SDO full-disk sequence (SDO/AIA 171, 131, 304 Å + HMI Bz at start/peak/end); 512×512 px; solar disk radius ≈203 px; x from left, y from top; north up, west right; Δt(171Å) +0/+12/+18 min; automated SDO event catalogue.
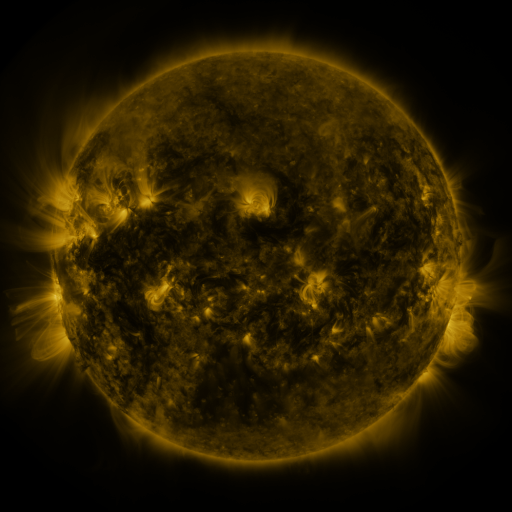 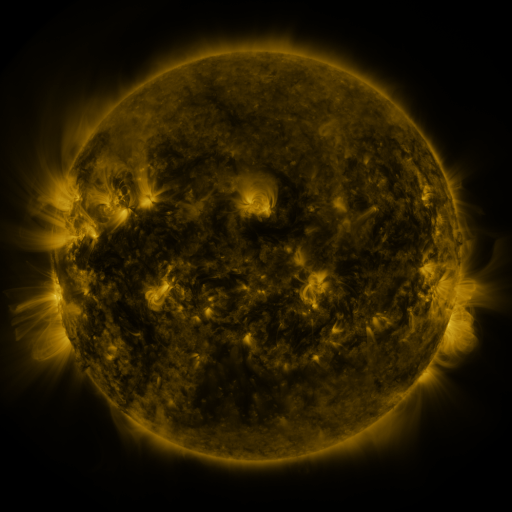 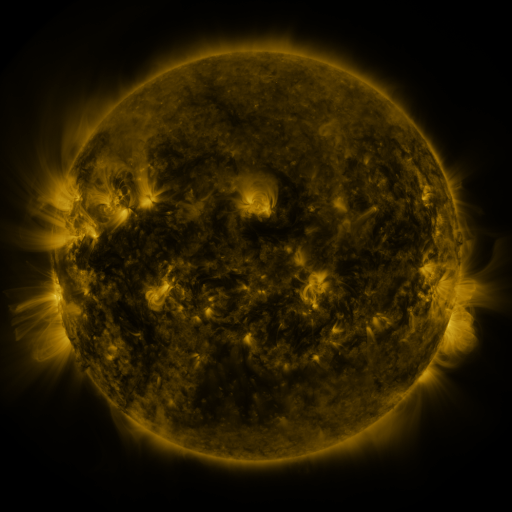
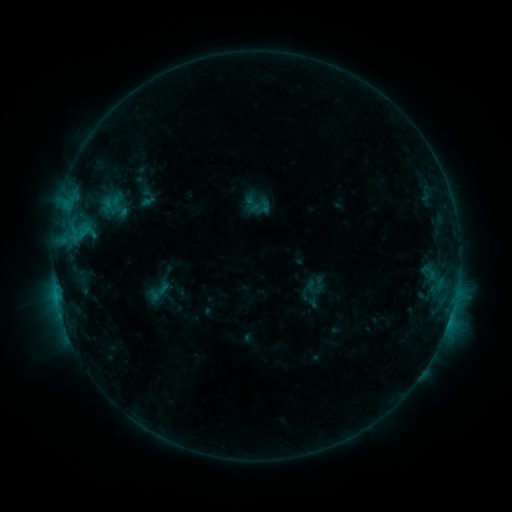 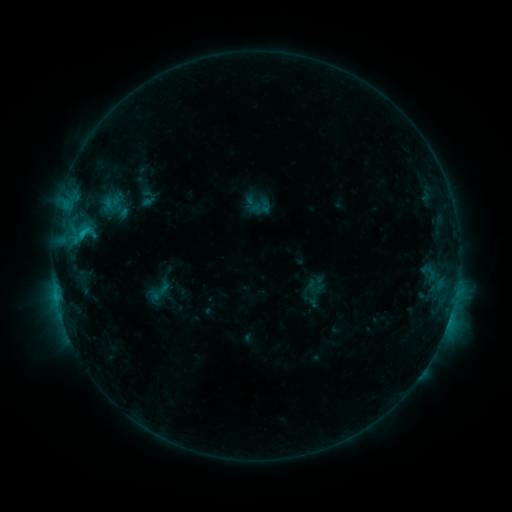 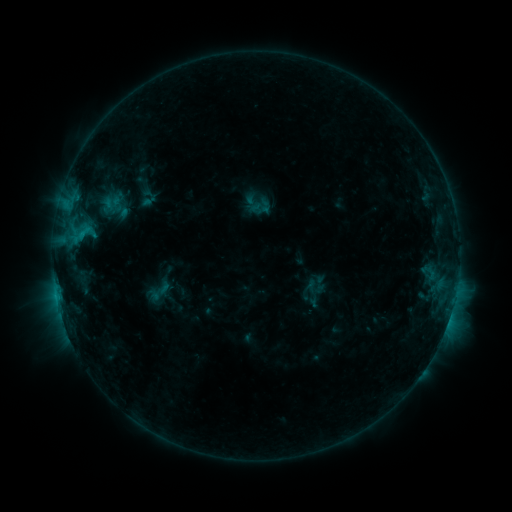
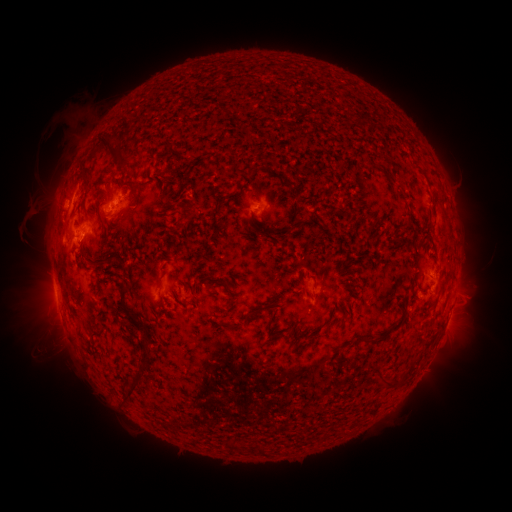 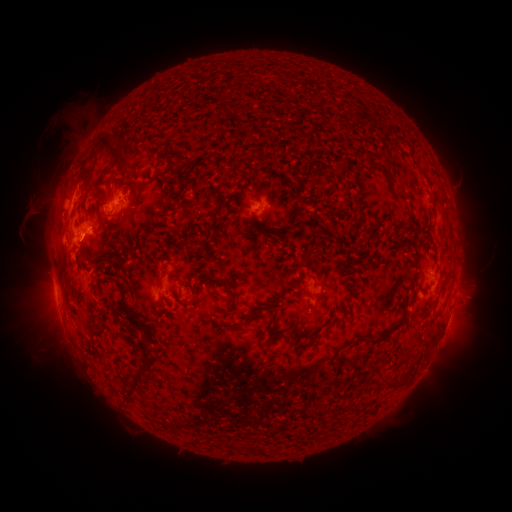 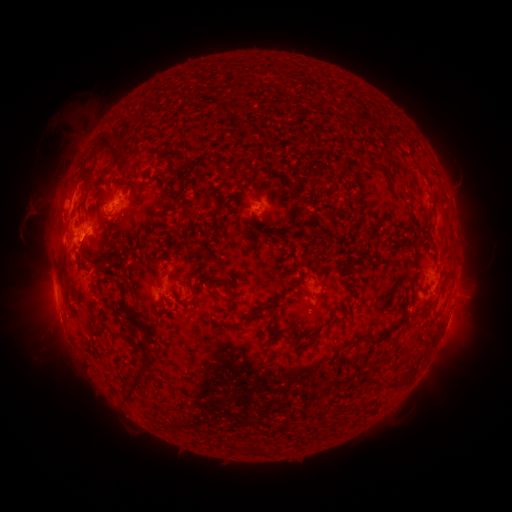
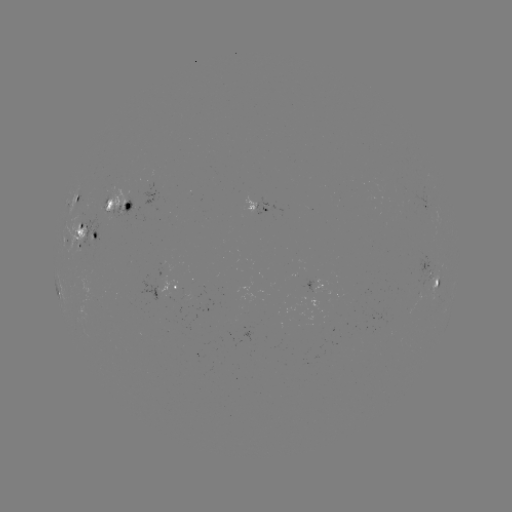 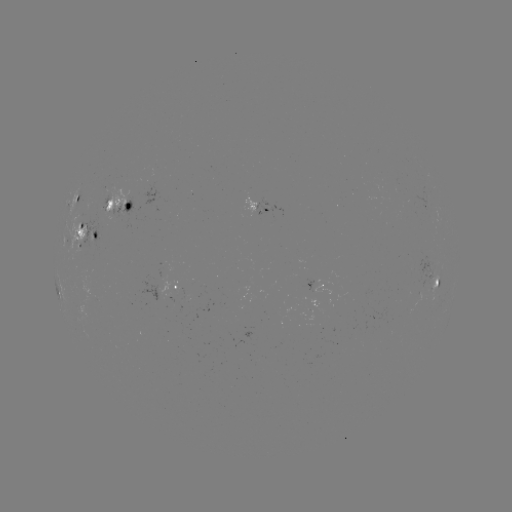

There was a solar flare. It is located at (83, 235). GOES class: C1.3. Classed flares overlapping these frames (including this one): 1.